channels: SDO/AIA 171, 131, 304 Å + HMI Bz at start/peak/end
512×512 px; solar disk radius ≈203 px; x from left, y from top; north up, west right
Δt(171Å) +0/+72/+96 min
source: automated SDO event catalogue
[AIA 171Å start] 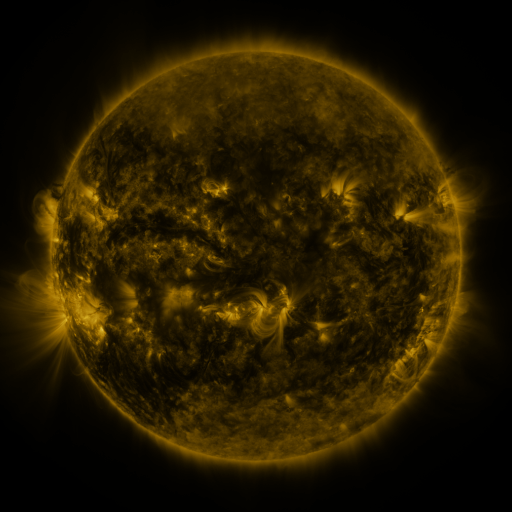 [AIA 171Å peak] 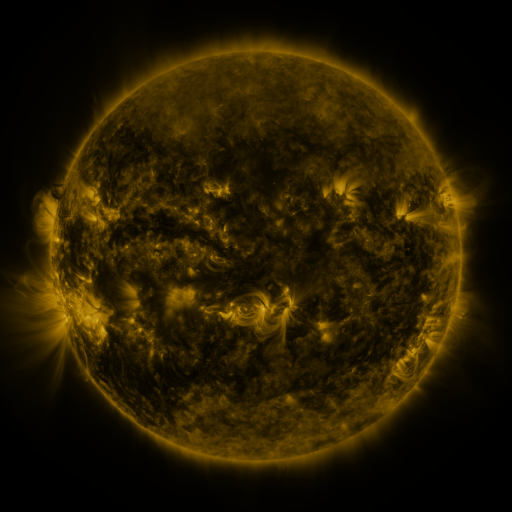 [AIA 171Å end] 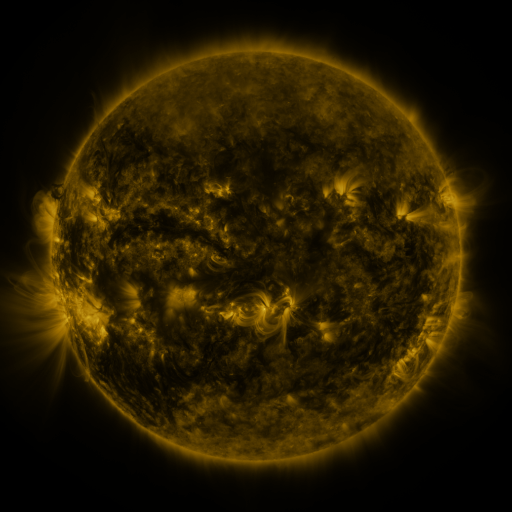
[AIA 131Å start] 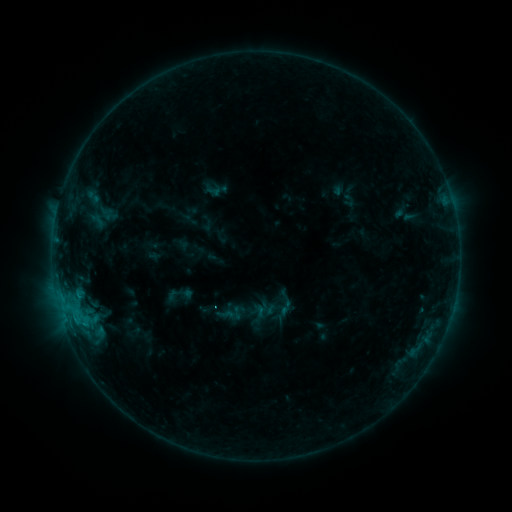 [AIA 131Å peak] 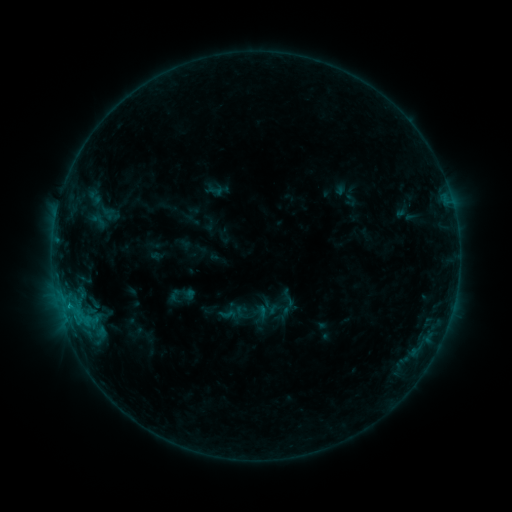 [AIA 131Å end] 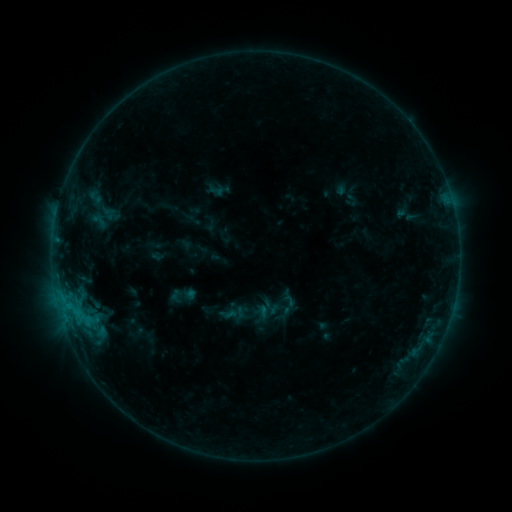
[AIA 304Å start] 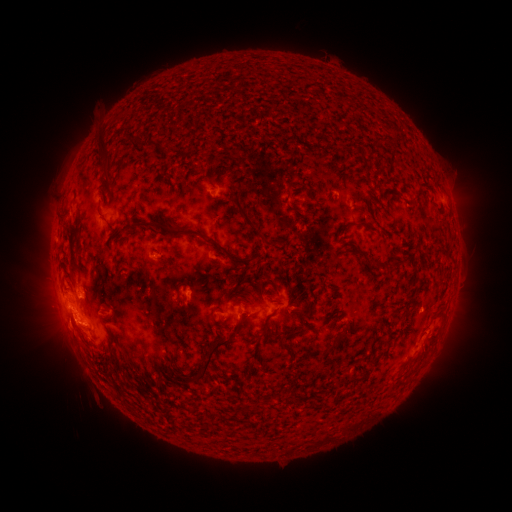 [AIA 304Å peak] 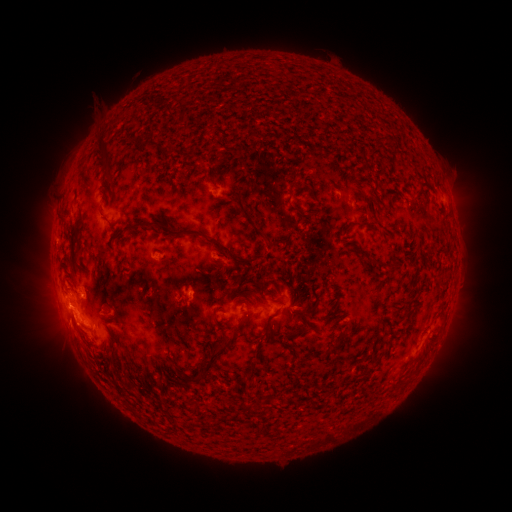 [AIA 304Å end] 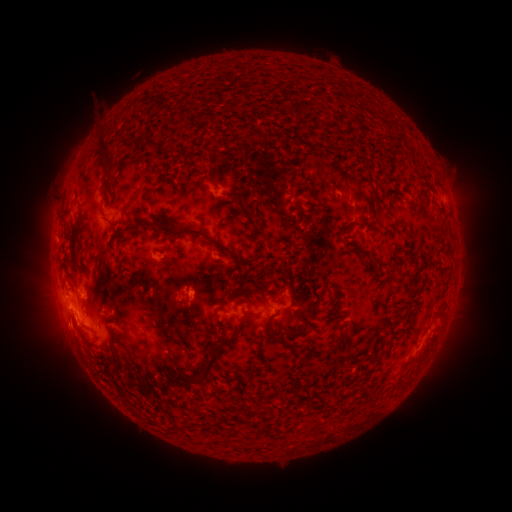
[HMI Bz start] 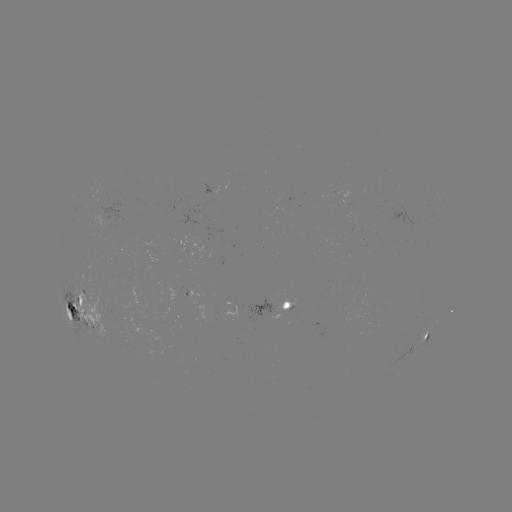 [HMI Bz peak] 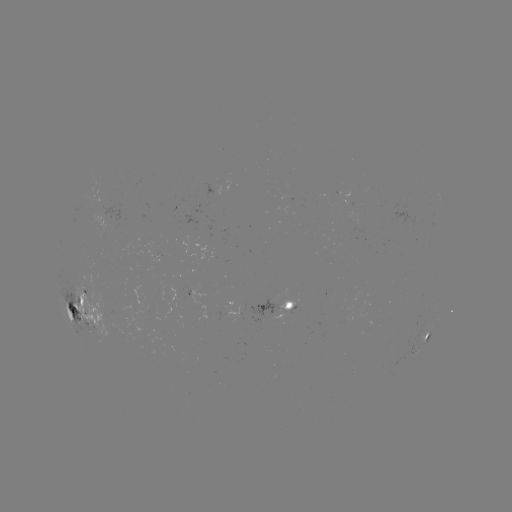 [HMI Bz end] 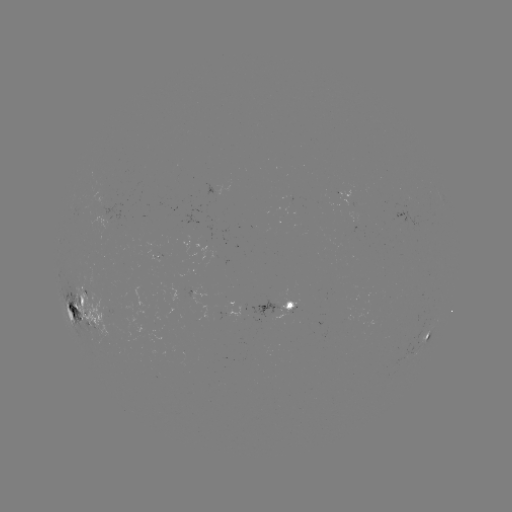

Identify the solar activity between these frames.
emerging-flux region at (159, 250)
